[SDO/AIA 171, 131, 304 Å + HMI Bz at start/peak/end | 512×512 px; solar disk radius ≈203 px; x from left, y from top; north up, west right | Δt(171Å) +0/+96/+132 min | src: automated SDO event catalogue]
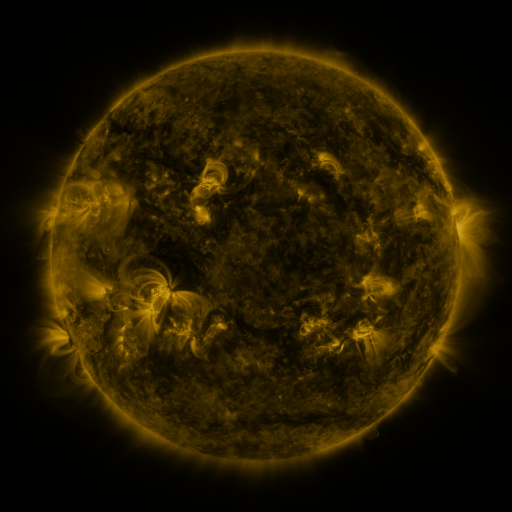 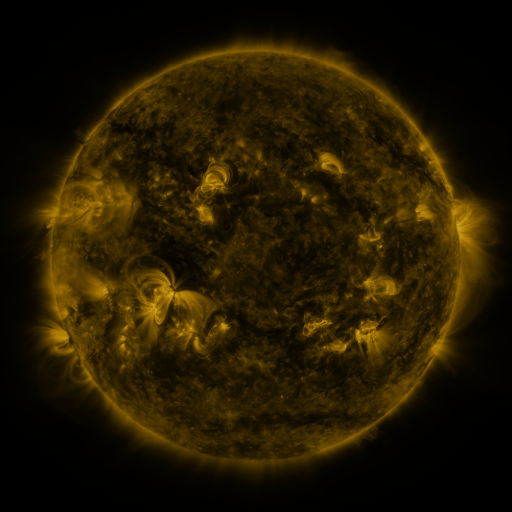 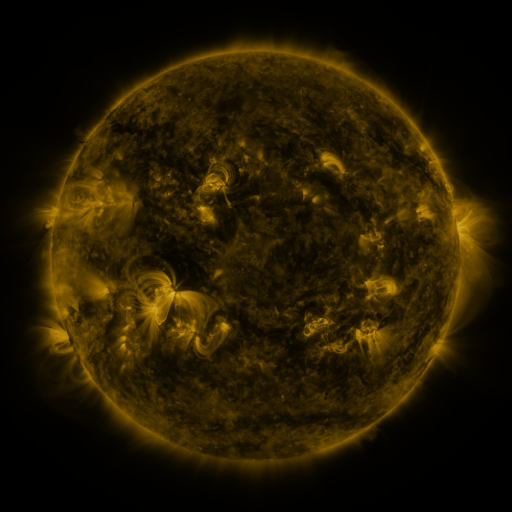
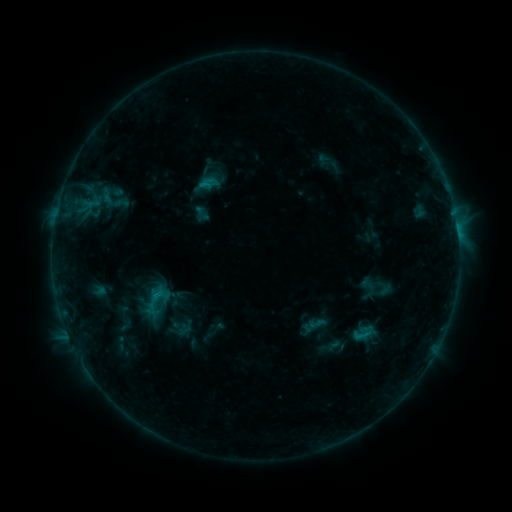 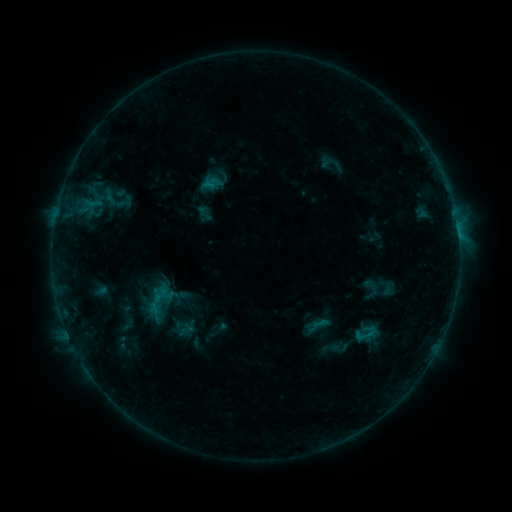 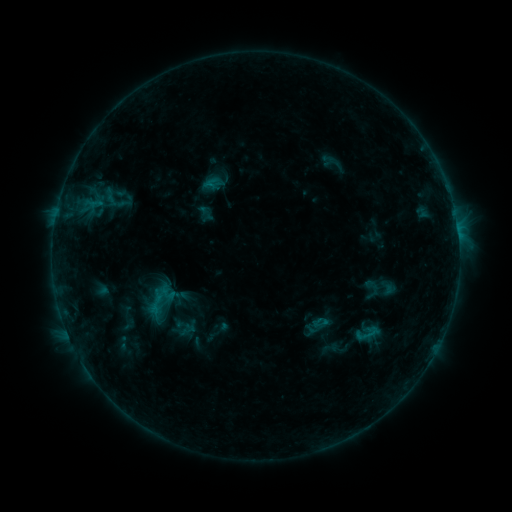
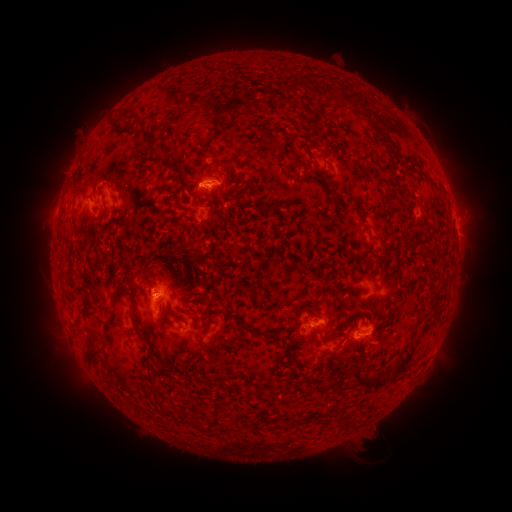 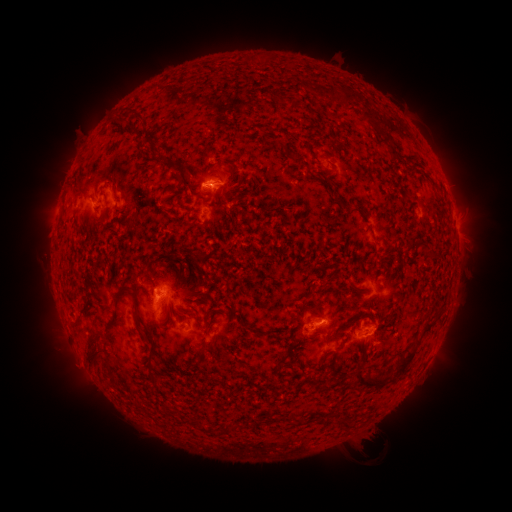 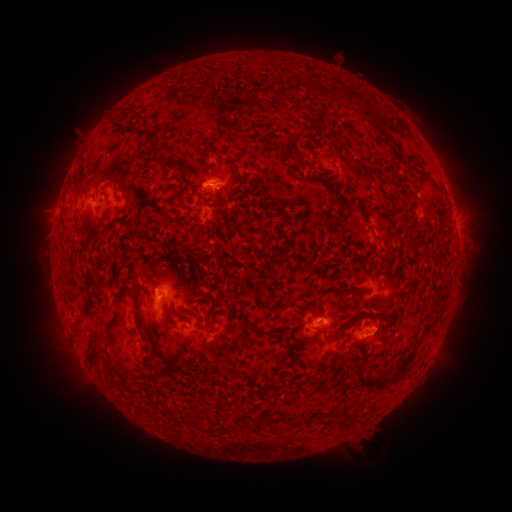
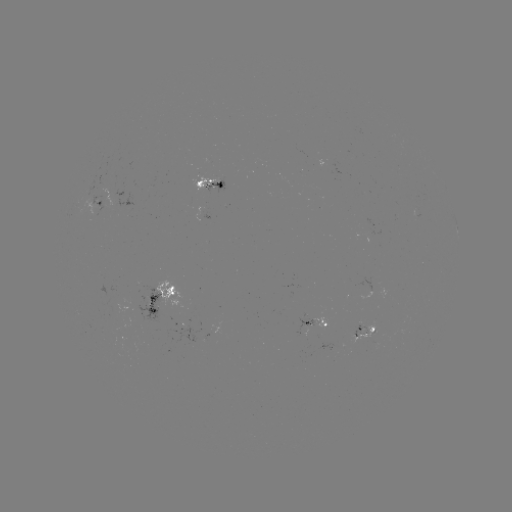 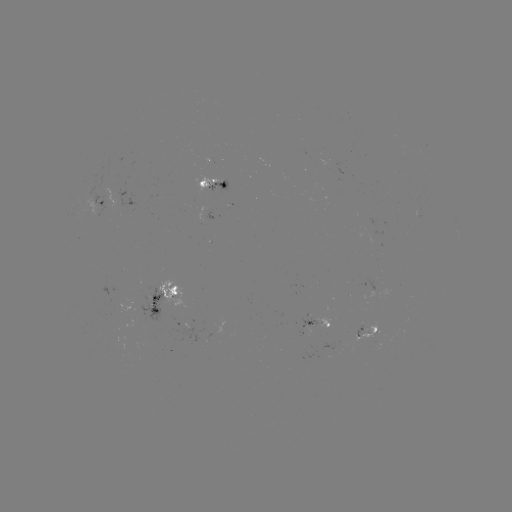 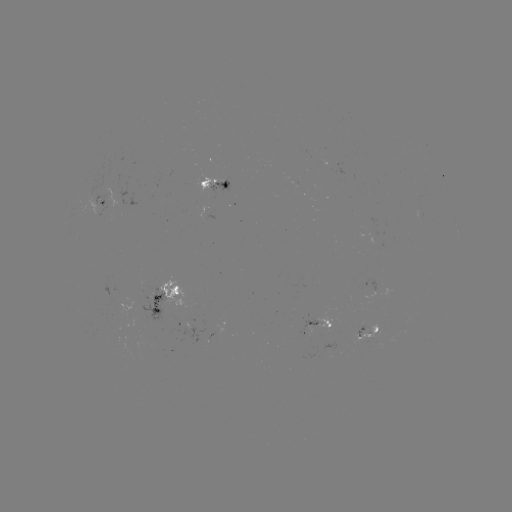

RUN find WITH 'emerging-flux region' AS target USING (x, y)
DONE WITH (309, 319) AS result